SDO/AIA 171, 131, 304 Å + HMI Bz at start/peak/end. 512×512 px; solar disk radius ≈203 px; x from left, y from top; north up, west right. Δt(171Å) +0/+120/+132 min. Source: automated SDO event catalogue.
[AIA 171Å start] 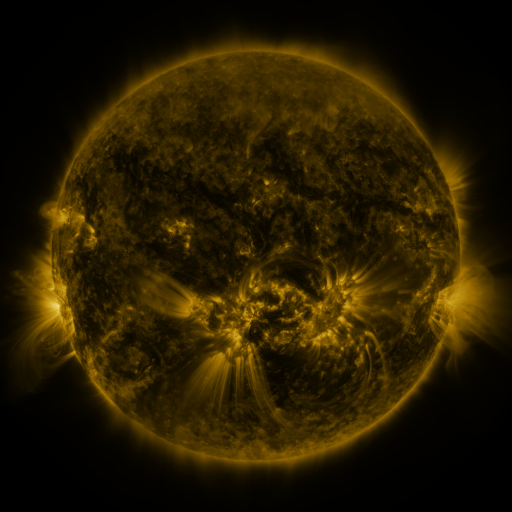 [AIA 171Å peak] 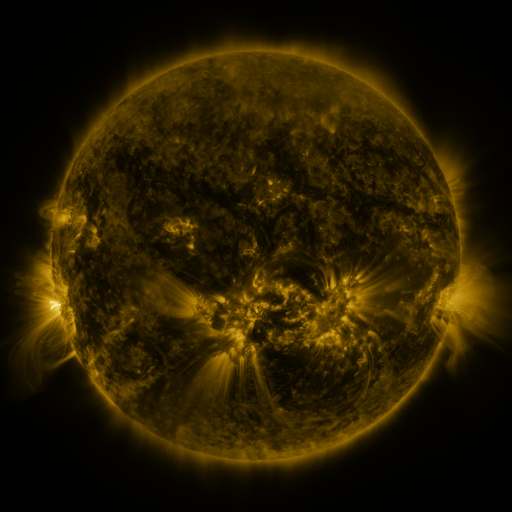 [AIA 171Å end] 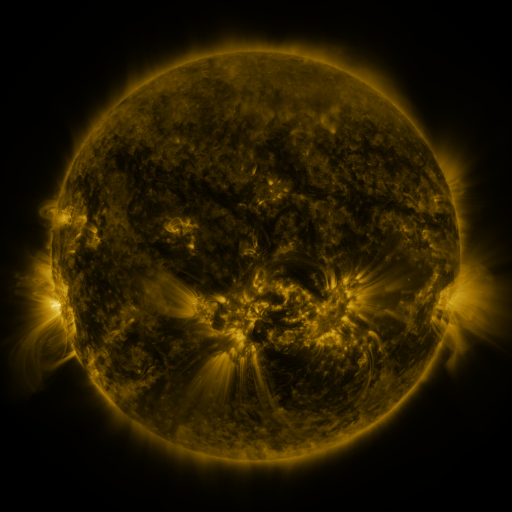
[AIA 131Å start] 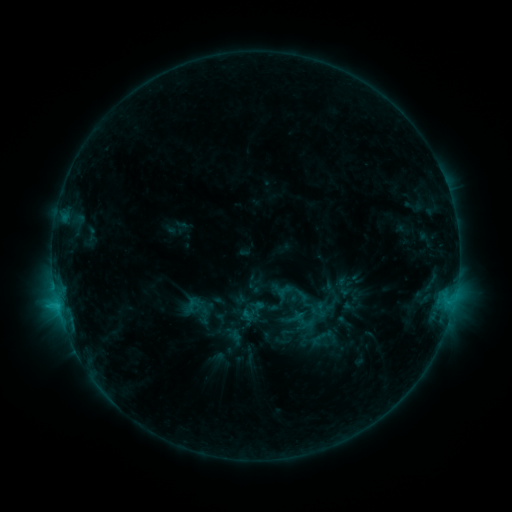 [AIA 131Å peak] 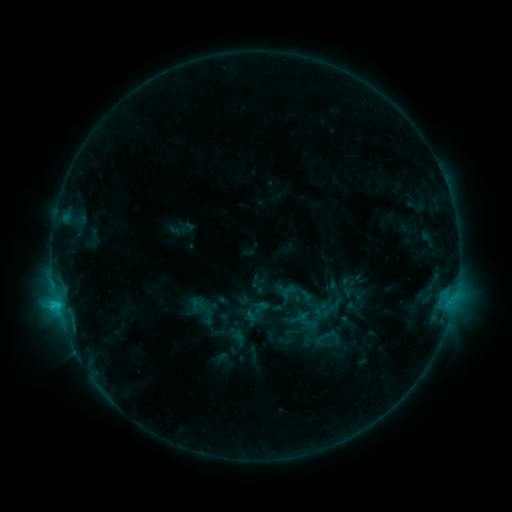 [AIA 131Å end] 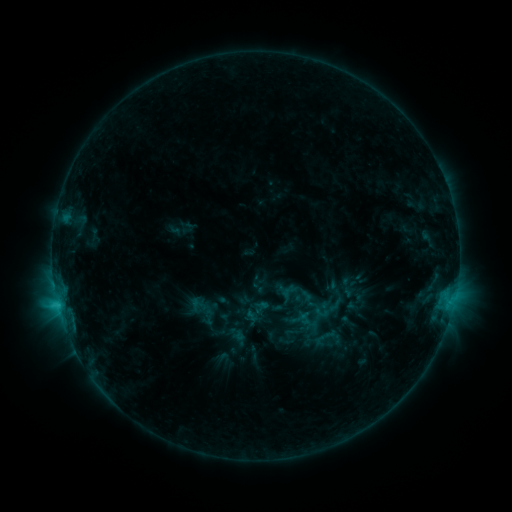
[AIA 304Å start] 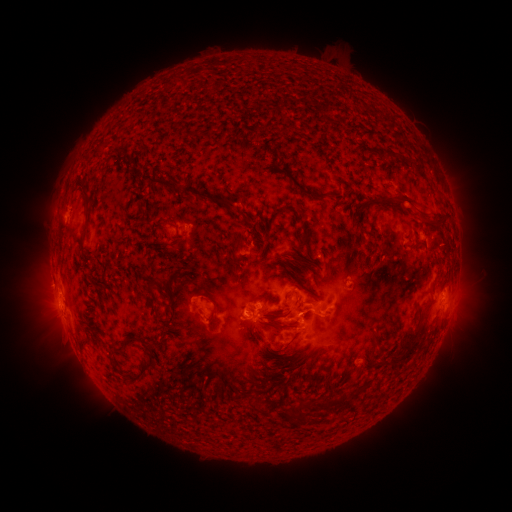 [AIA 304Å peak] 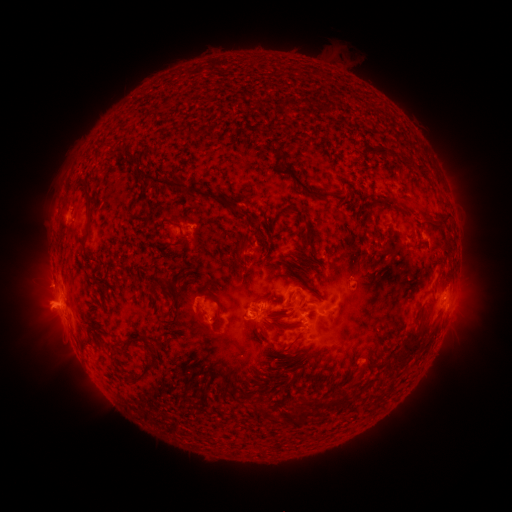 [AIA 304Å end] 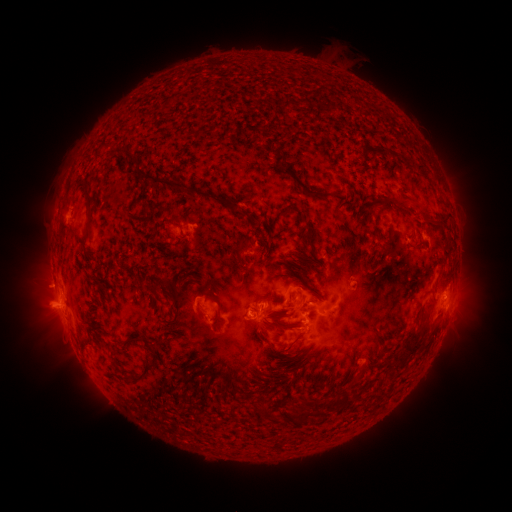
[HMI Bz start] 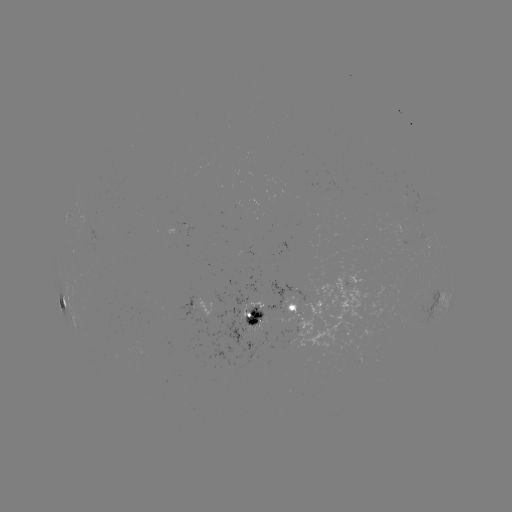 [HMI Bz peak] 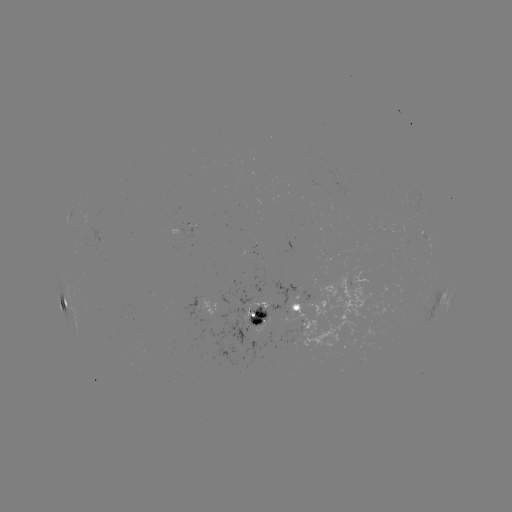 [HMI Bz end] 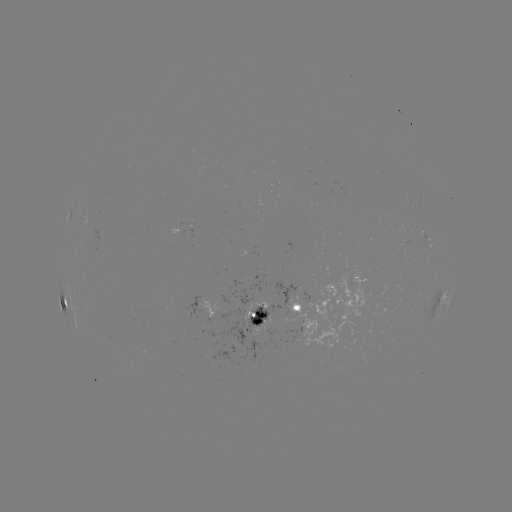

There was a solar emerging-flux region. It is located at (191, 228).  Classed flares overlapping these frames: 1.